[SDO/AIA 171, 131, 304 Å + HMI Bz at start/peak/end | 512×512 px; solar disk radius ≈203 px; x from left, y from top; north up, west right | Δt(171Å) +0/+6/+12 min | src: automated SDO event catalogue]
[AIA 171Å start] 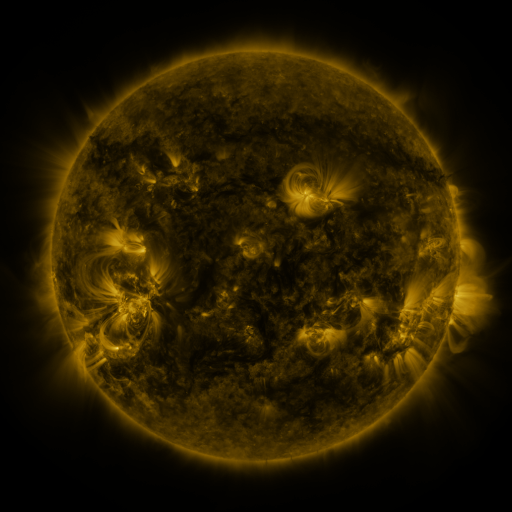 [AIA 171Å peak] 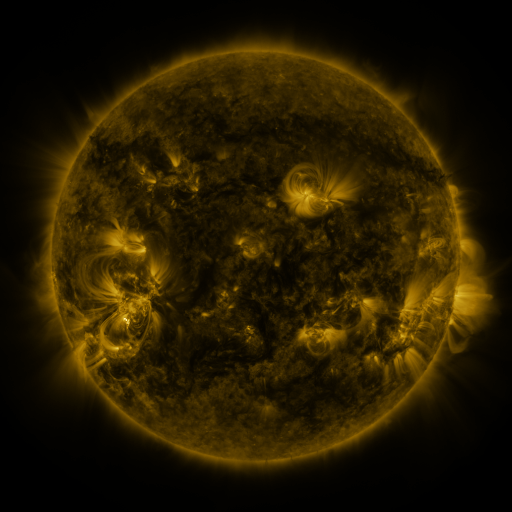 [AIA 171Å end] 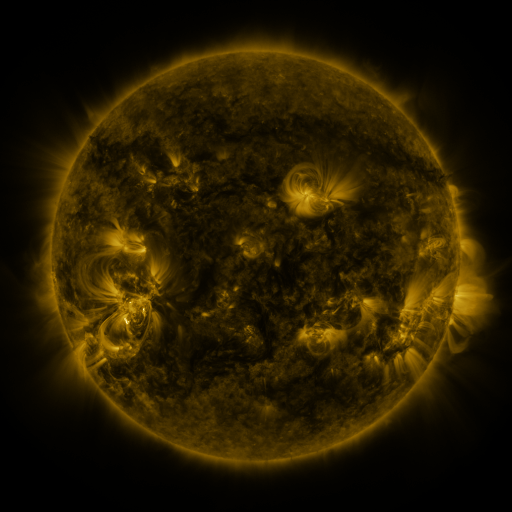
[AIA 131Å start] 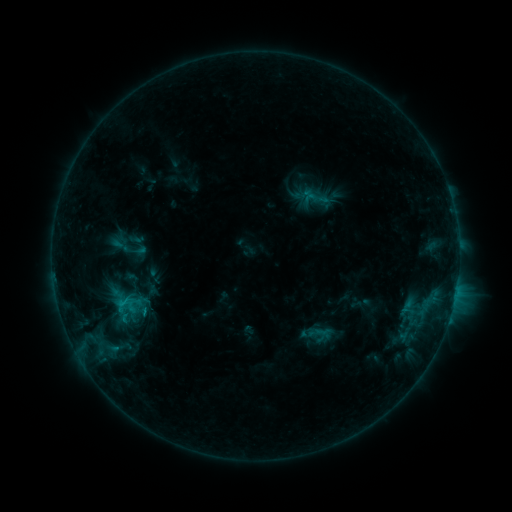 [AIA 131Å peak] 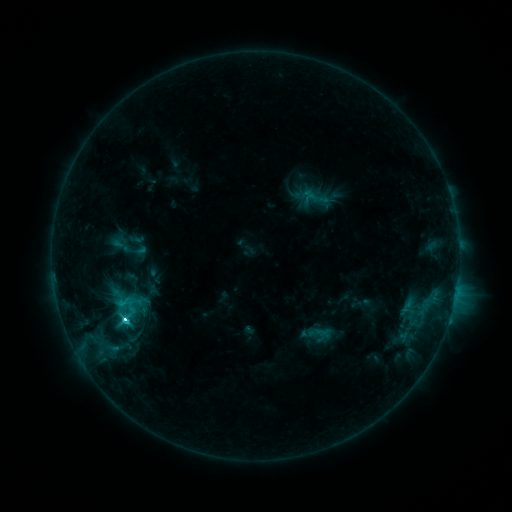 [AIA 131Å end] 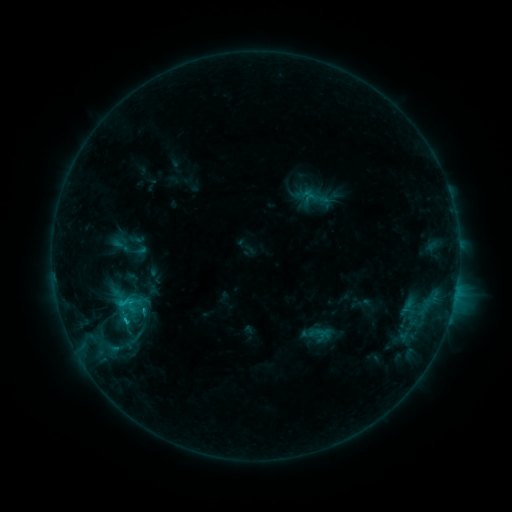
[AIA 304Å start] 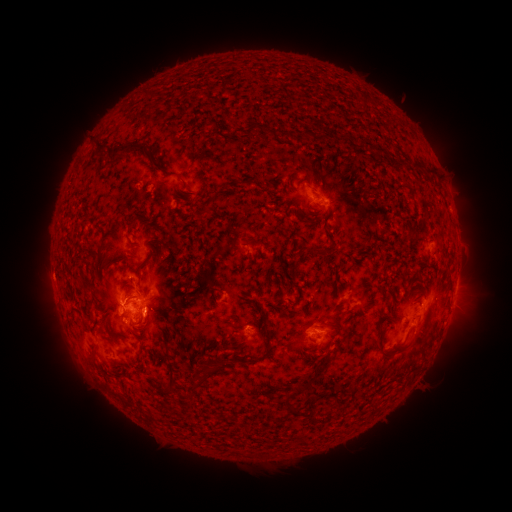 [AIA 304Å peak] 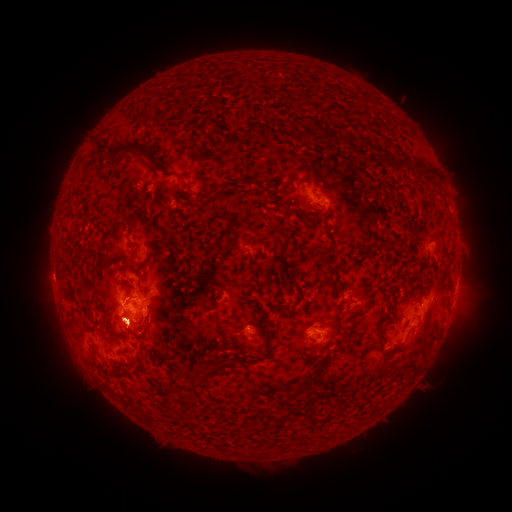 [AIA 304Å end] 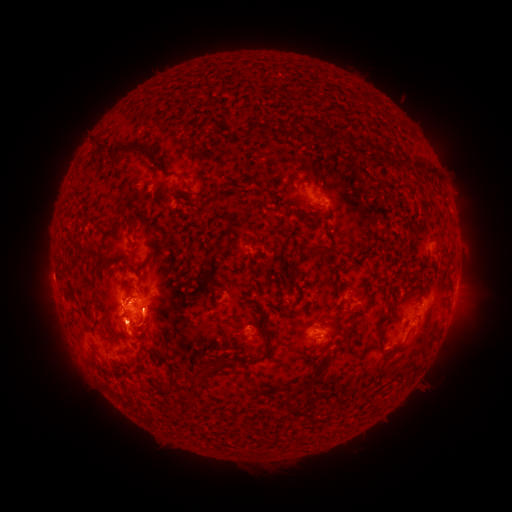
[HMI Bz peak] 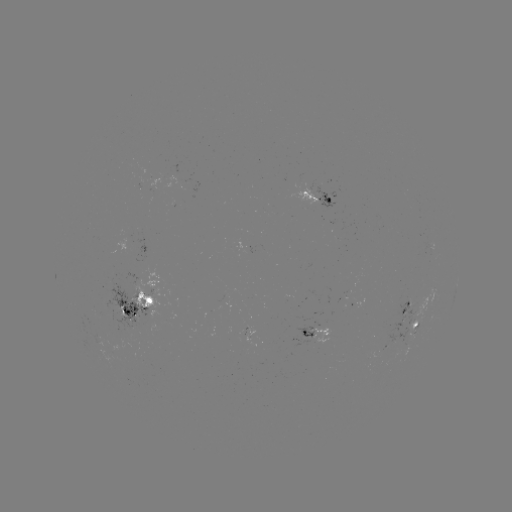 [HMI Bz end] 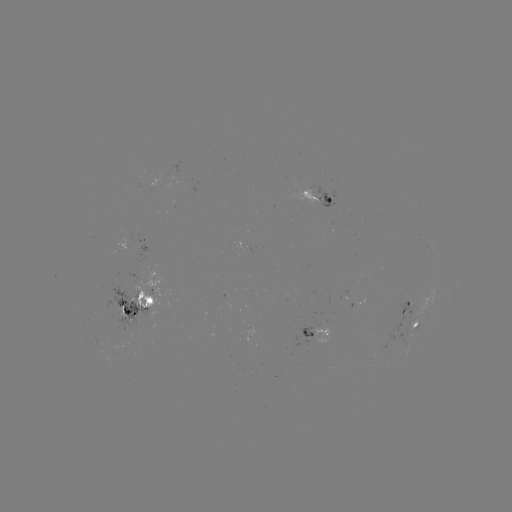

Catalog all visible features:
C4.7 flare: (124, 318)
